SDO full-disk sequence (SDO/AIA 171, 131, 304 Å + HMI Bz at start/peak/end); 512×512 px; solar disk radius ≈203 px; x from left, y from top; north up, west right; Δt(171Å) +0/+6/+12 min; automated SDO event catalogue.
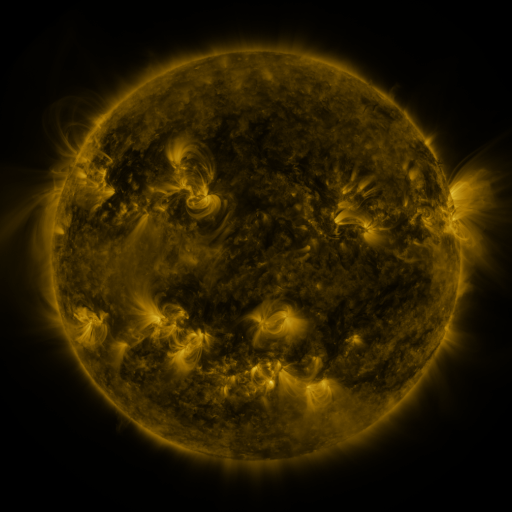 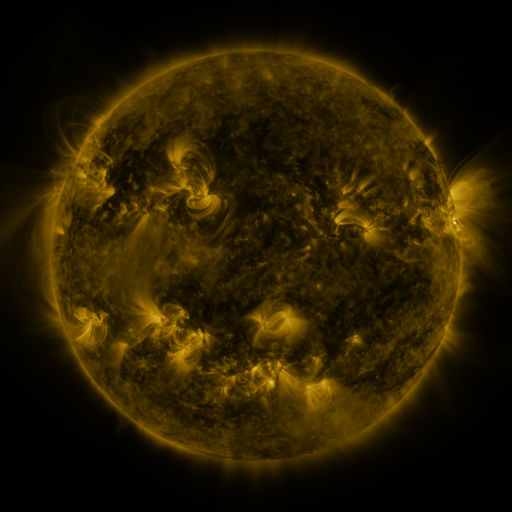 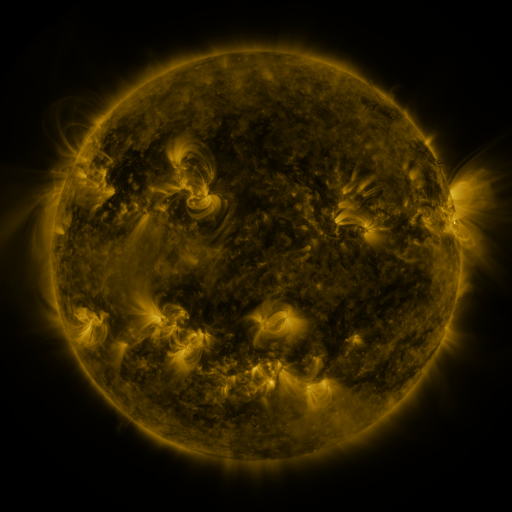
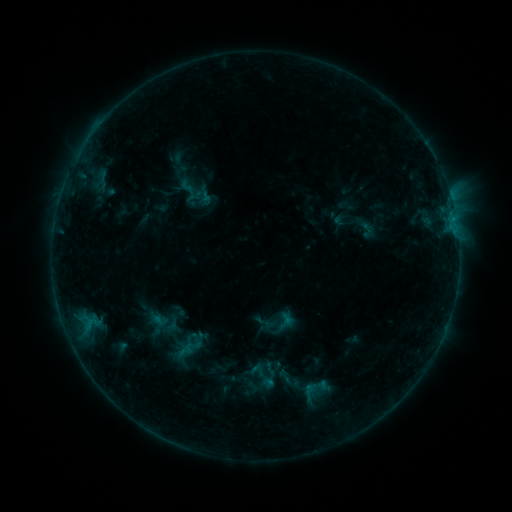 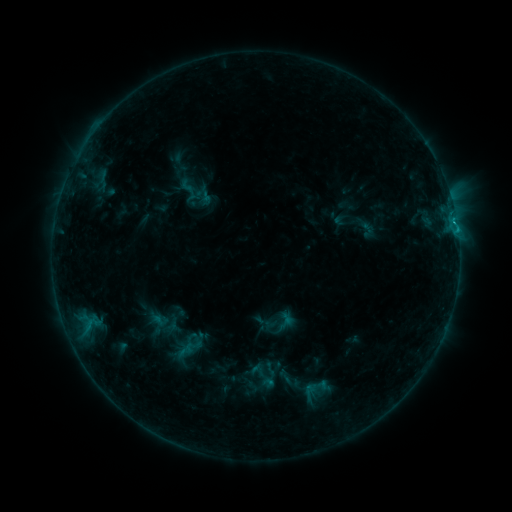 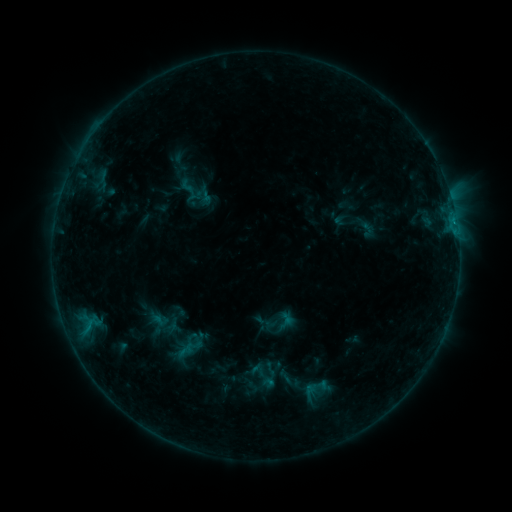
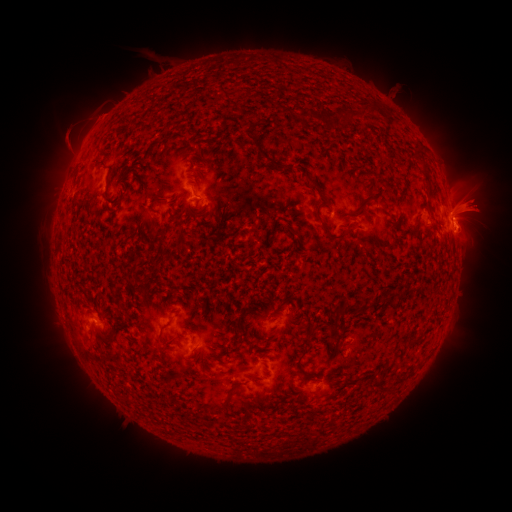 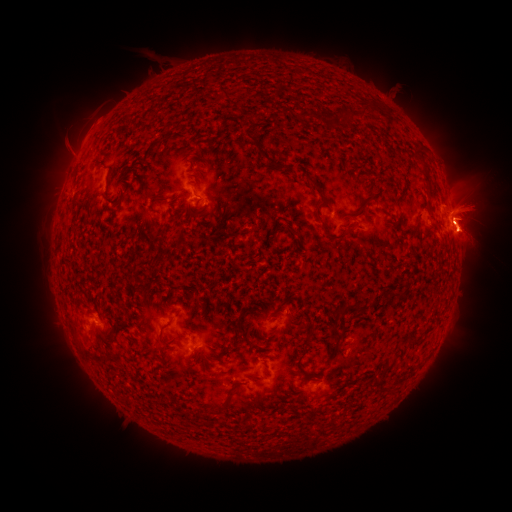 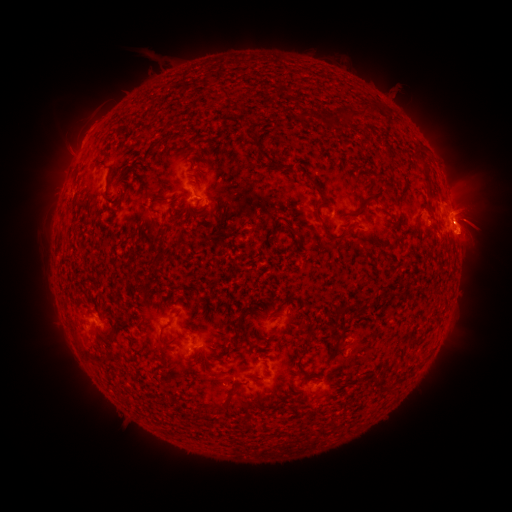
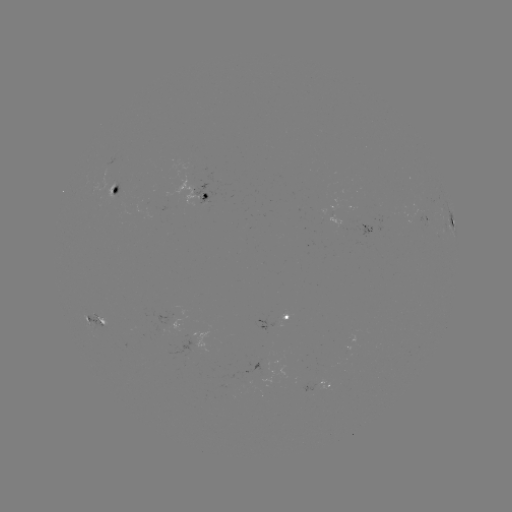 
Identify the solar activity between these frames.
B8.7 flare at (457, 232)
